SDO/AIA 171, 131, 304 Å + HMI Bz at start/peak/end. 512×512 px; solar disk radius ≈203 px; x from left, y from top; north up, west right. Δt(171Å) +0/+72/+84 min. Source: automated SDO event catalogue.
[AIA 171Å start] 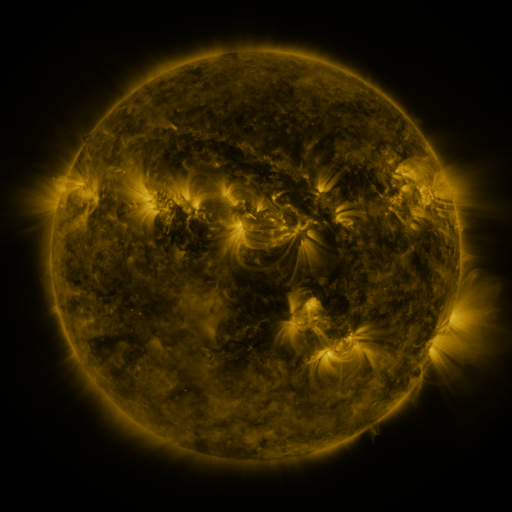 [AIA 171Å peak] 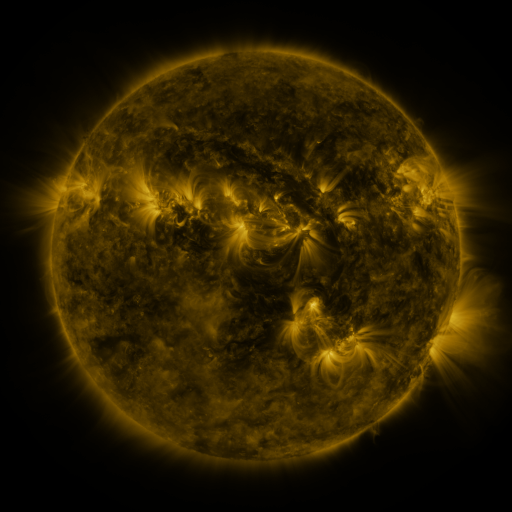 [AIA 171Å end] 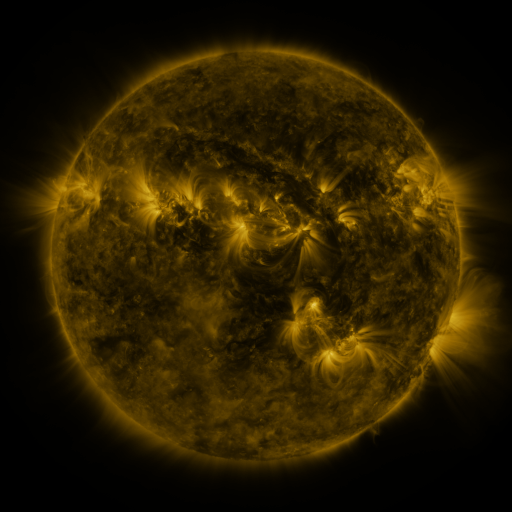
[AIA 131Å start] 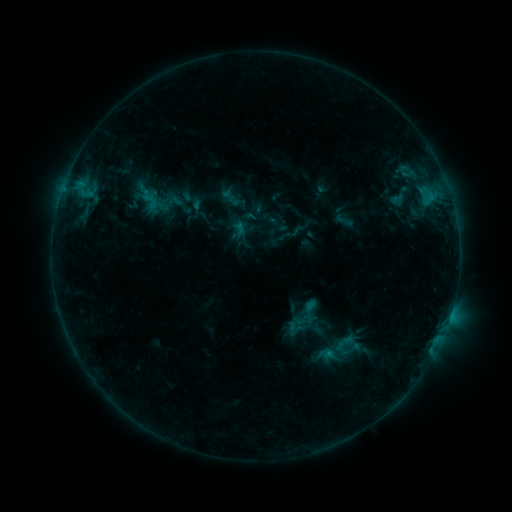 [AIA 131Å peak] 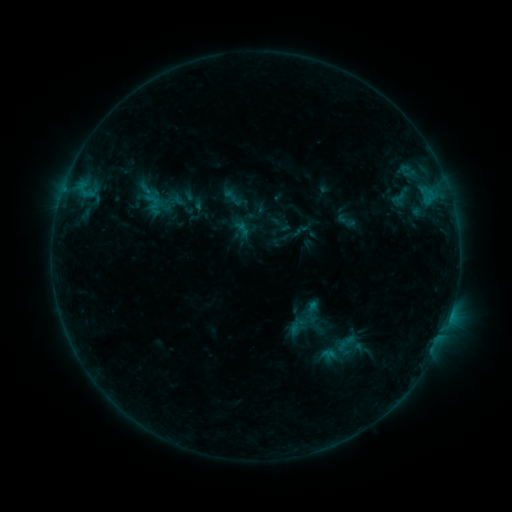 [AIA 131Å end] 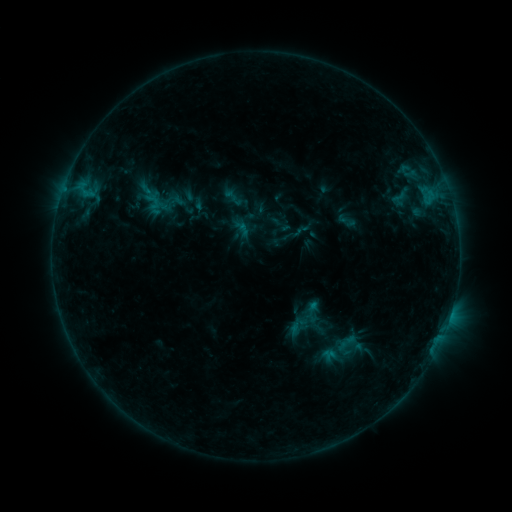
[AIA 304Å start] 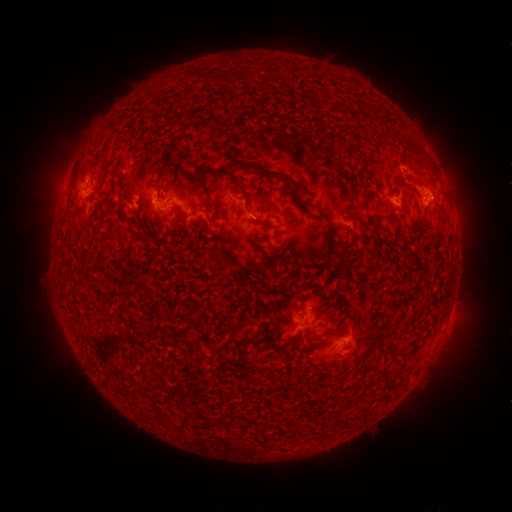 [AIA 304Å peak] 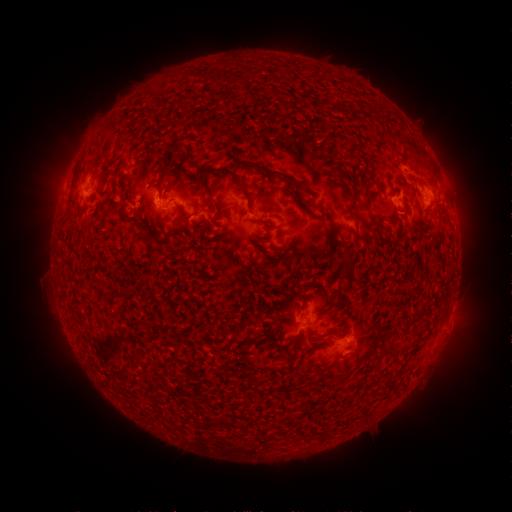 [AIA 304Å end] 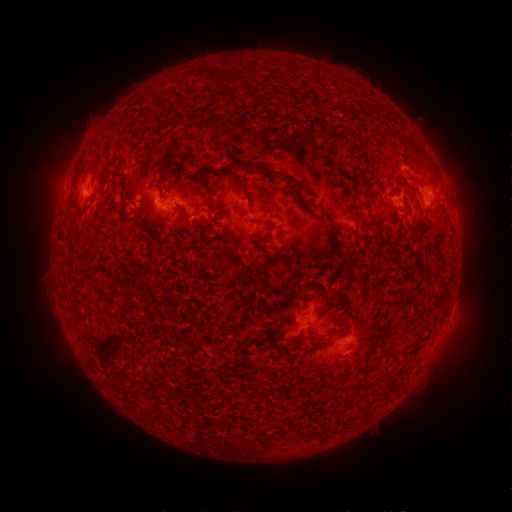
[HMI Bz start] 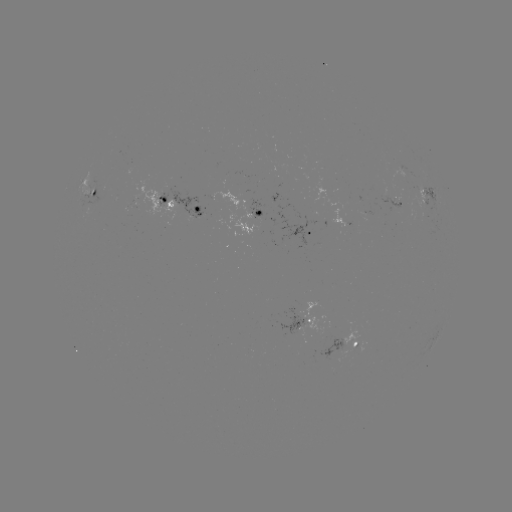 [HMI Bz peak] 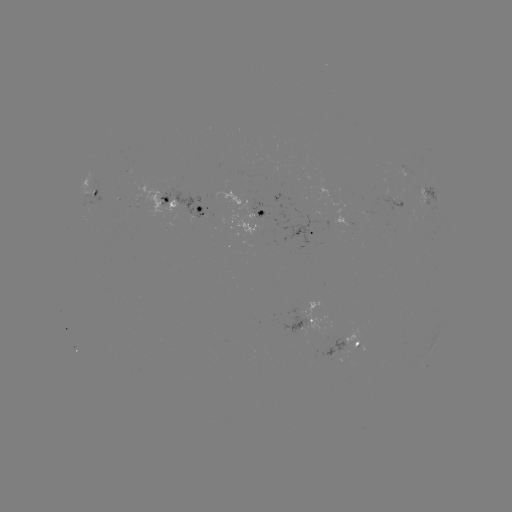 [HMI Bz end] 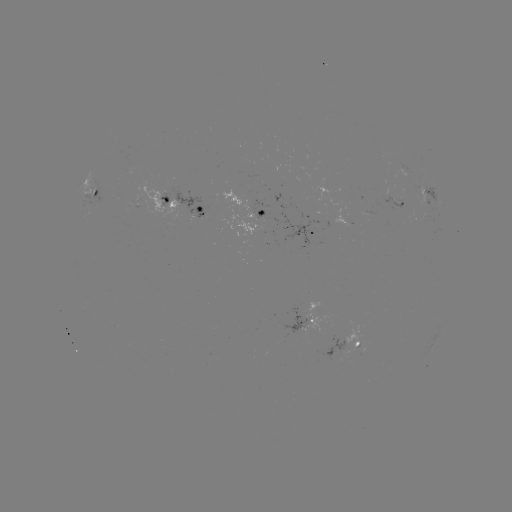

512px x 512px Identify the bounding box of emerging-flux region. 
[381, 195, 404, 207].